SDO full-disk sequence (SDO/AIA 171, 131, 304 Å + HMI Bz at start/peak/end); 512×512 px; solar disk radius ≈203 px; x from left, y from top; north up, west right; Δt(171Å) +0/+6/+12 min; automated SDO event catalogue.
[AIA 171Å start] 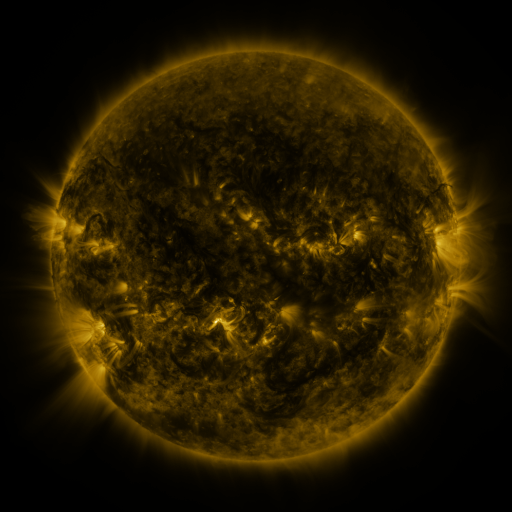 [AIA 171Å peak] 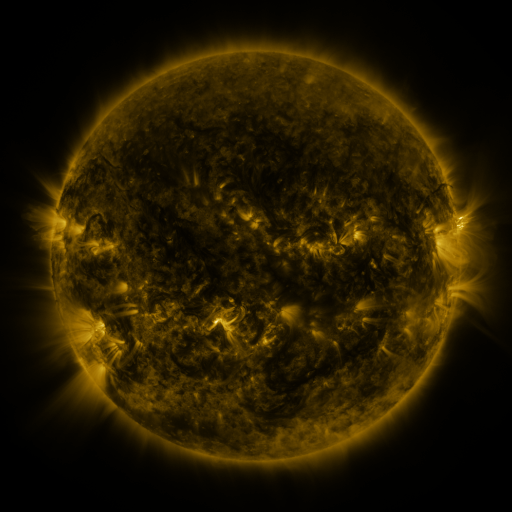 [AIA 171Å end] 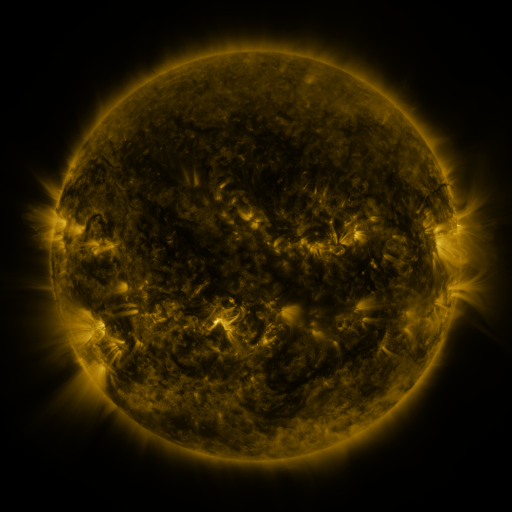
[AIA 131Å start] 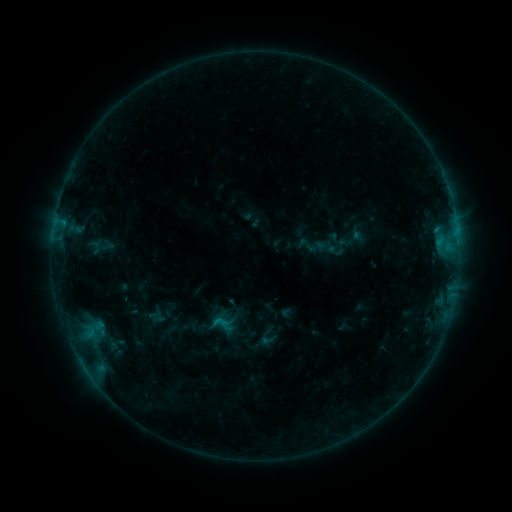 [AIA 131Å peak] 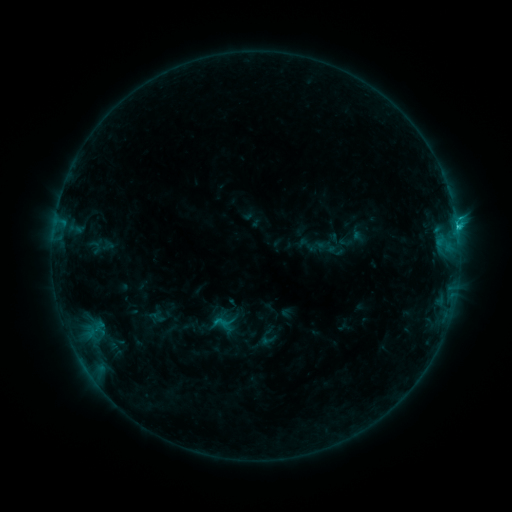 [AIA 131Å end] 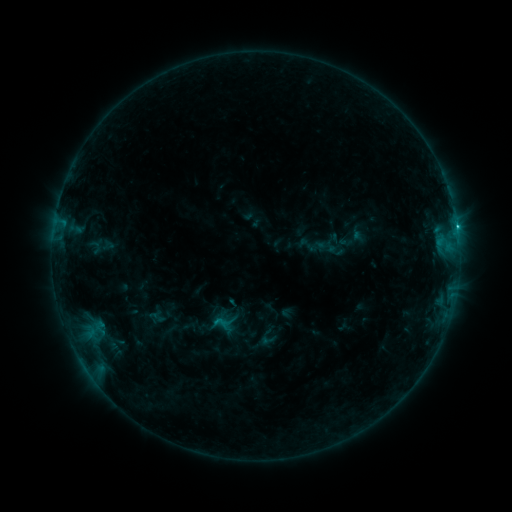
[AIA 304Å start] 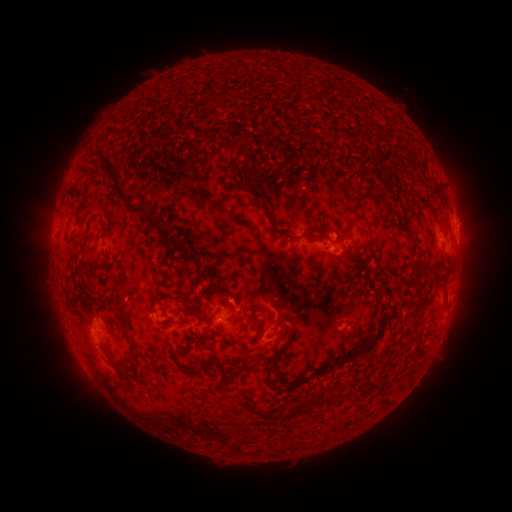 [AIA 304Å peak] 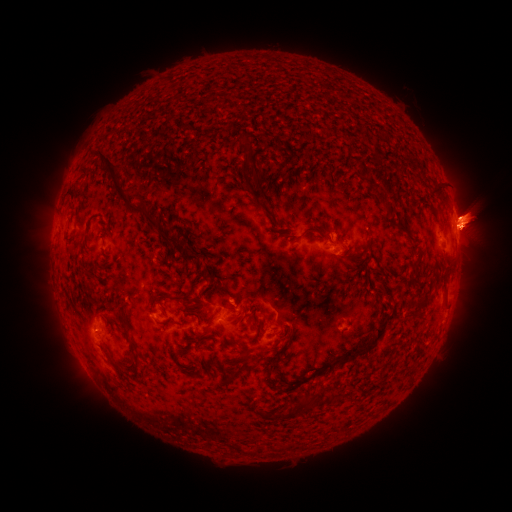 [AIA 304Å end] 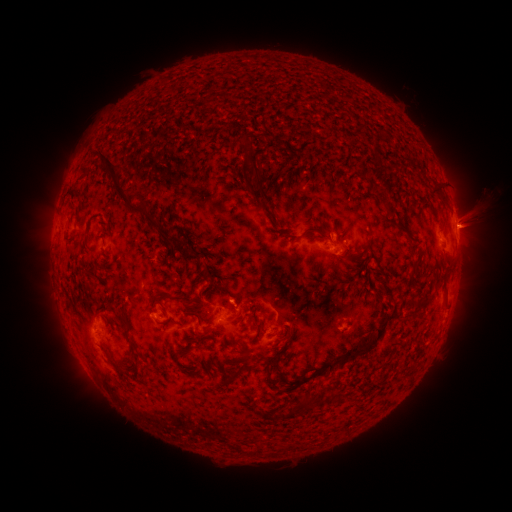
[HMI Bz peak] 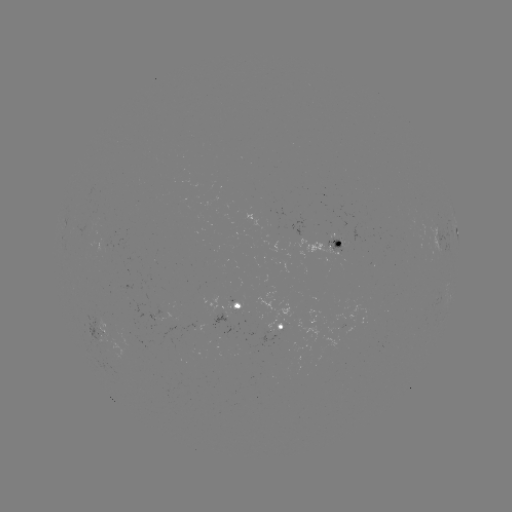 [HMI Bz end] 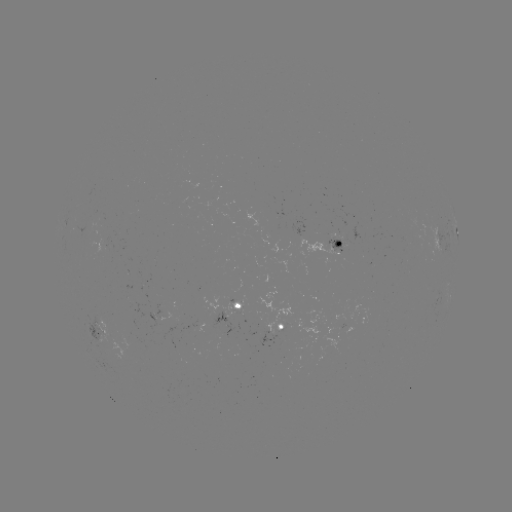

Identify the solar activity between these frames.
C1.4 flare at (457, 228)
